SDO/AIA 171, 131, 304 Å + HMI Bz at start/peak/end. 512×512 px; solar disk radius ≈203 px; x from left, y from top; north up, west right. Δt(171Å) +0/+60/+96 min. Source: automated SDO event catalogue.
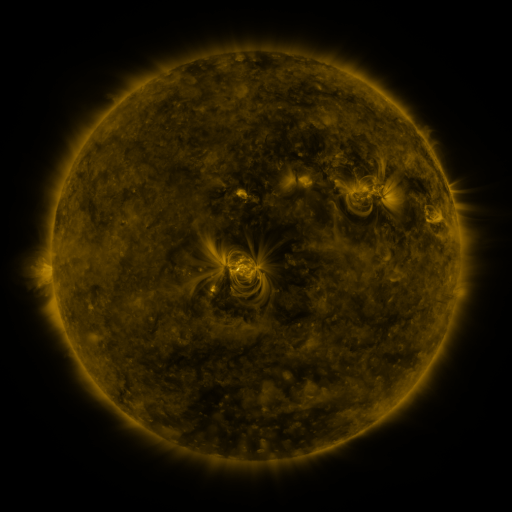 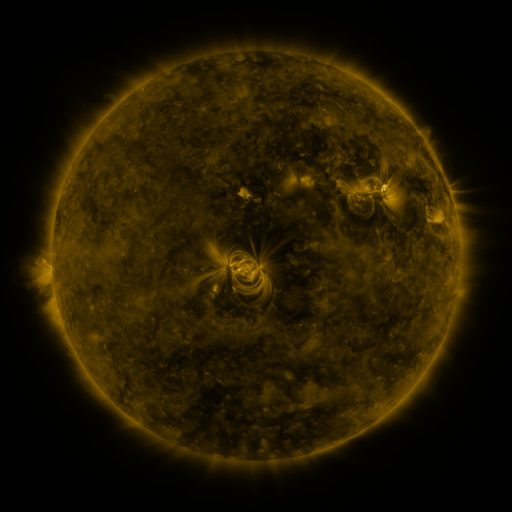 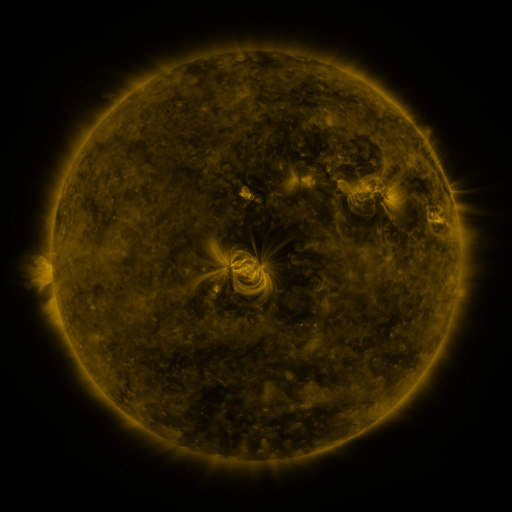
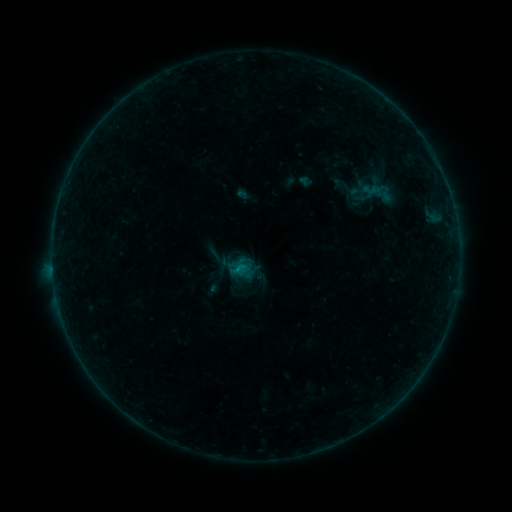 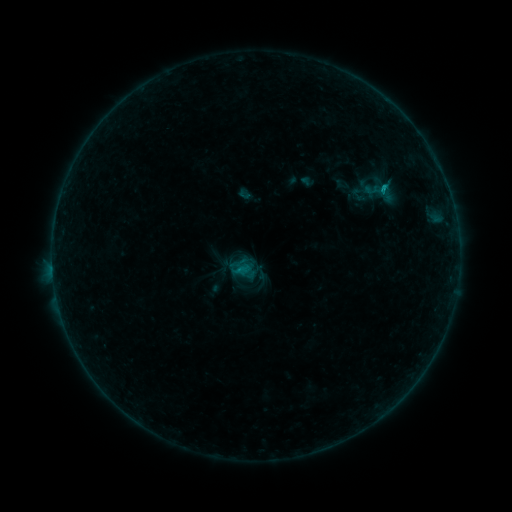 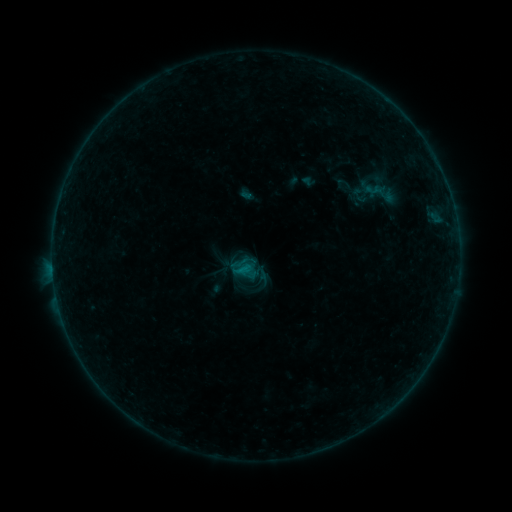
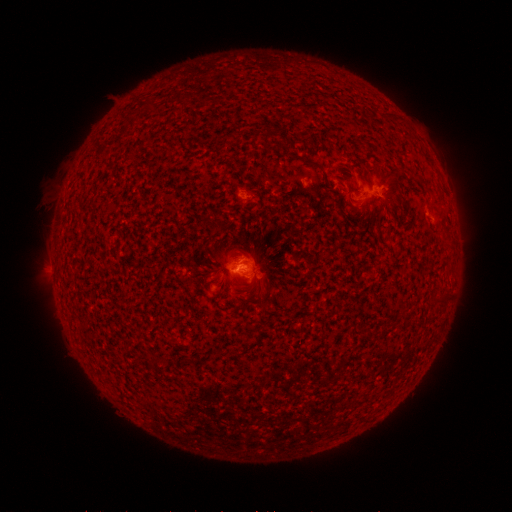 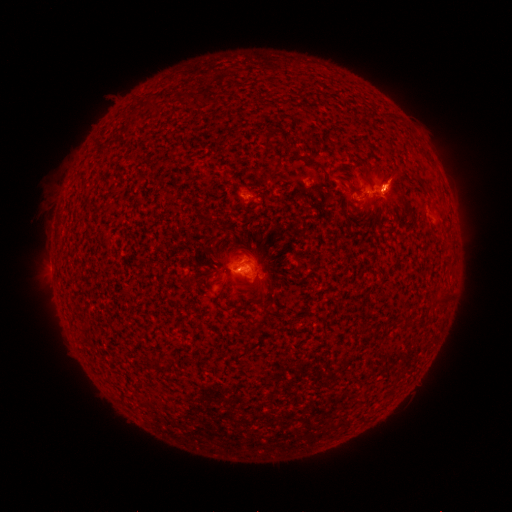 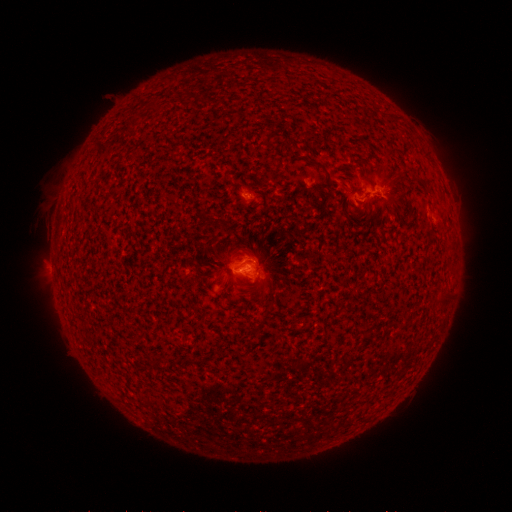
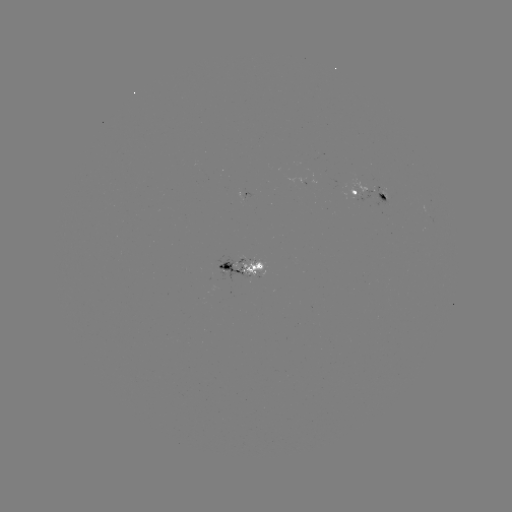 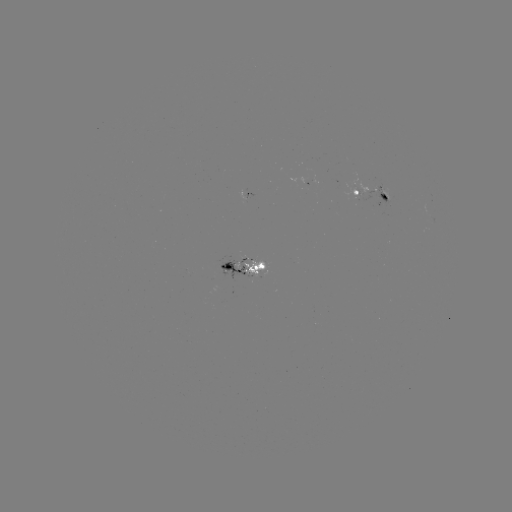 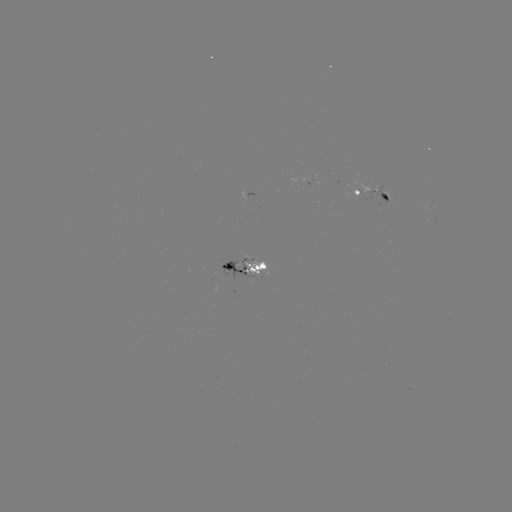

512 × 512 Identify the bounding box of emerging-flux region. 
[370, 179, 382, 192].